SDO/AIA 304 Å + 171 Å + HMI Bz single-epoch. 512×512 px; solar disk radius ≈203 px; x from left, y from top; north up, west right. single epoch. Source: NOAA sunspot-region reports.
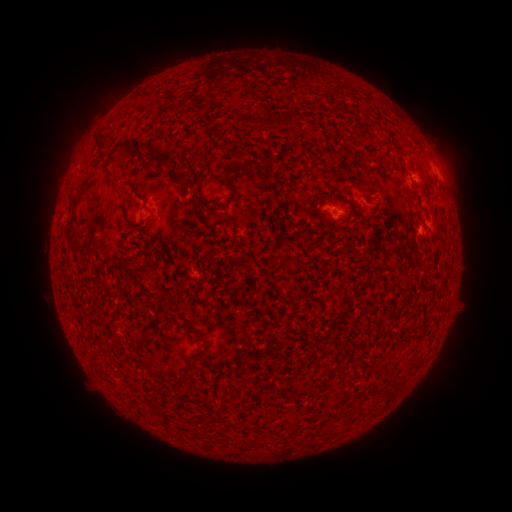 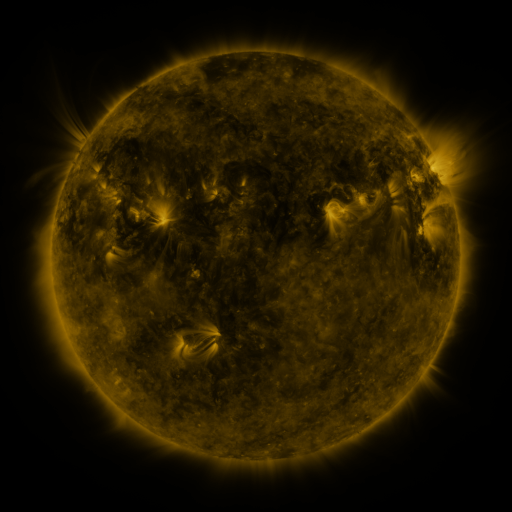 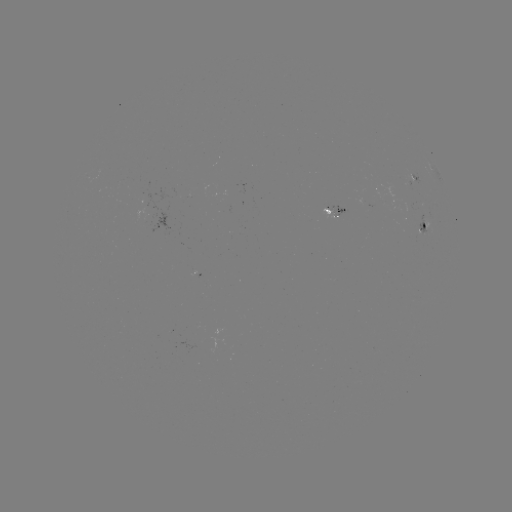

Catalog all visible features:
spotted active region: (433, 173)
spotted active region: (420, 181)
spotted active region: (328, 216)
spotted active region: (423, 227)
